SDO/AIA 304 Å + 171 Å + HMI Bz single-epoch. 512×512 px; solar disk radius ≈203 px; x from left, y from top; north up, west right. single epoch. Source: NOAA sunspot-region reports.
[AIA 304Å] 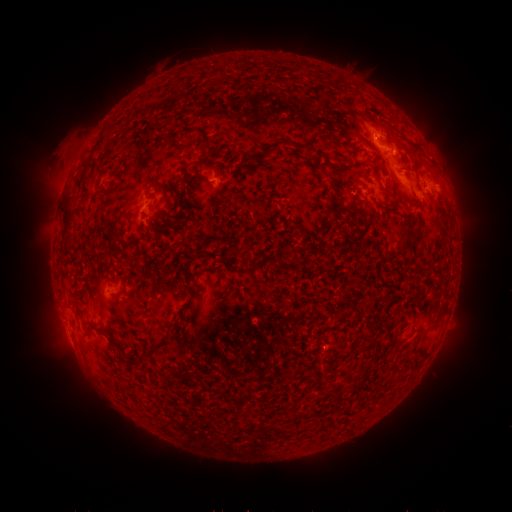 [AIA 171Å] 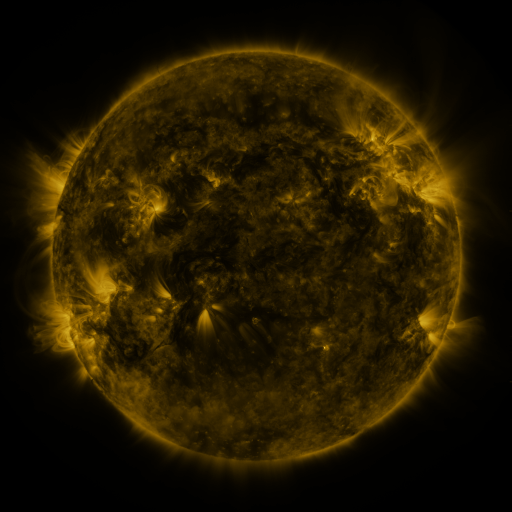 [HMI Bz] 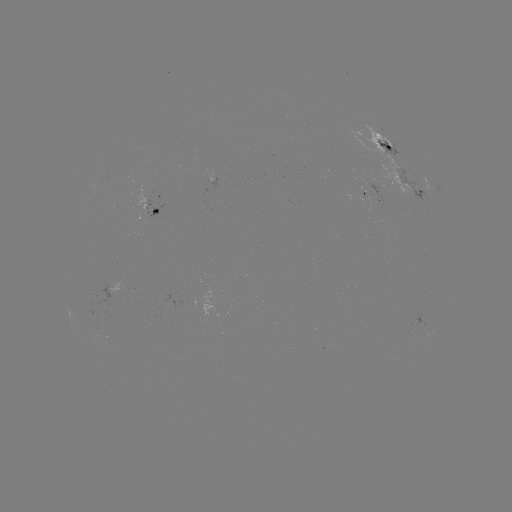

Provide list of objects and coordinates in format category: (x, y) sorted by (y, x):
spotted active region: (390, 146)
spotted active region: (209, 175)
spotted active region: (410, 188)
spotted active region: (435, 195)
spotted active region: (376, 198)
spotted active region: (151, 211)
